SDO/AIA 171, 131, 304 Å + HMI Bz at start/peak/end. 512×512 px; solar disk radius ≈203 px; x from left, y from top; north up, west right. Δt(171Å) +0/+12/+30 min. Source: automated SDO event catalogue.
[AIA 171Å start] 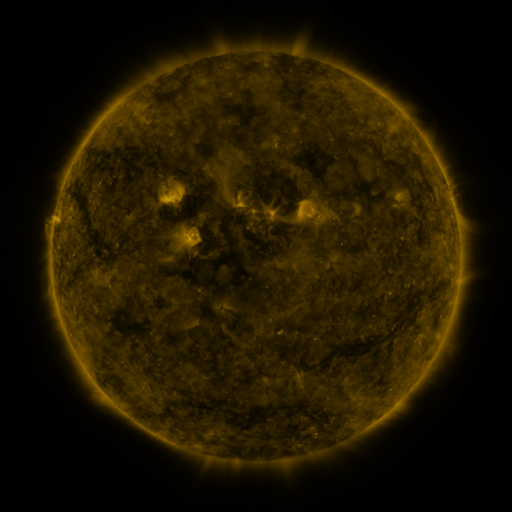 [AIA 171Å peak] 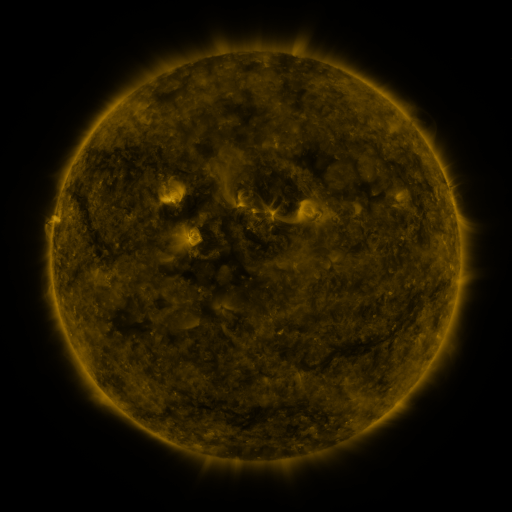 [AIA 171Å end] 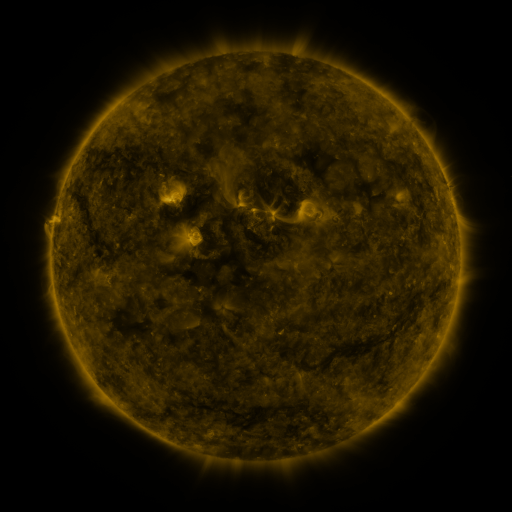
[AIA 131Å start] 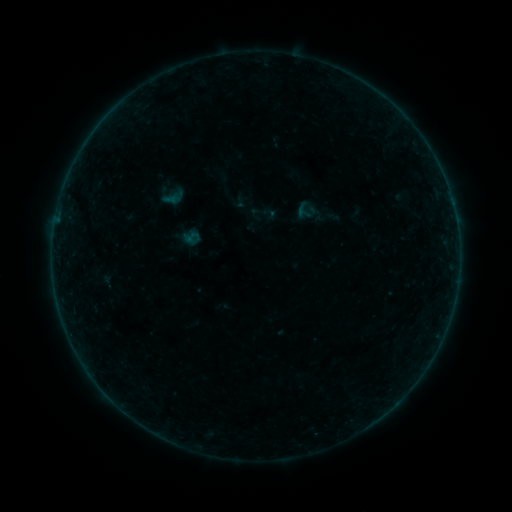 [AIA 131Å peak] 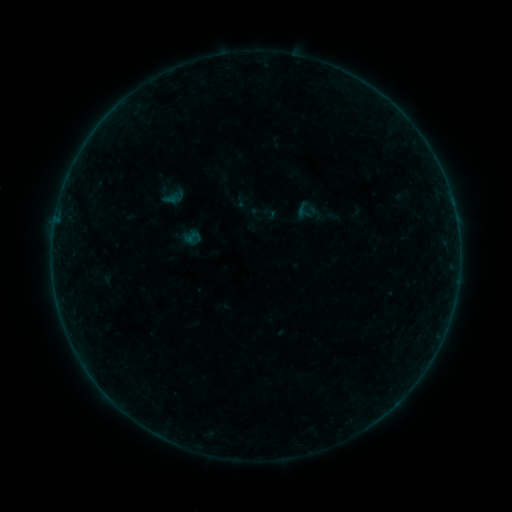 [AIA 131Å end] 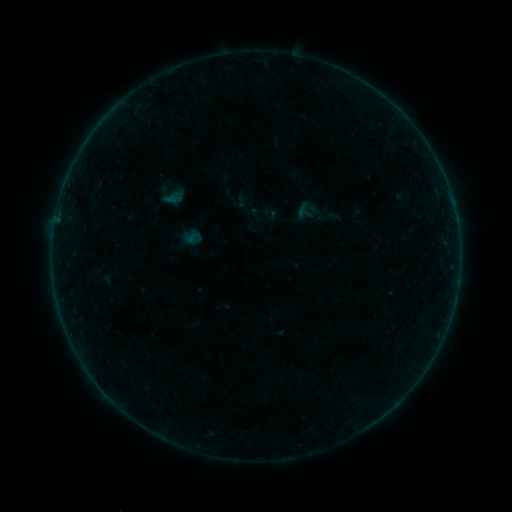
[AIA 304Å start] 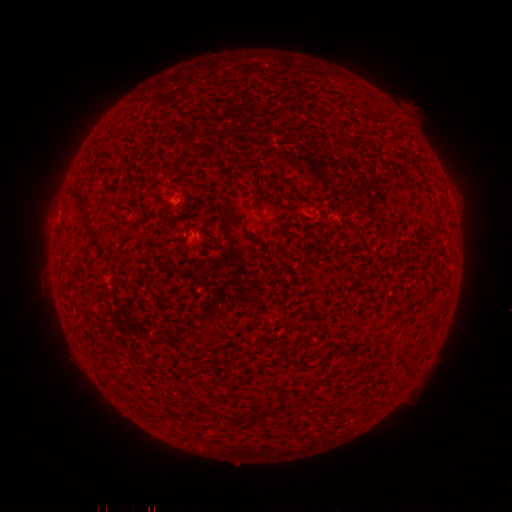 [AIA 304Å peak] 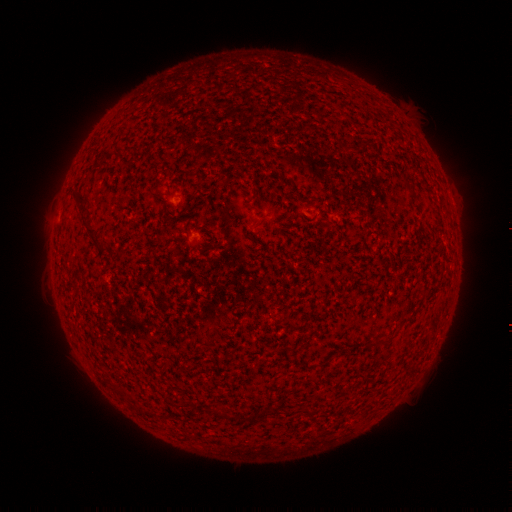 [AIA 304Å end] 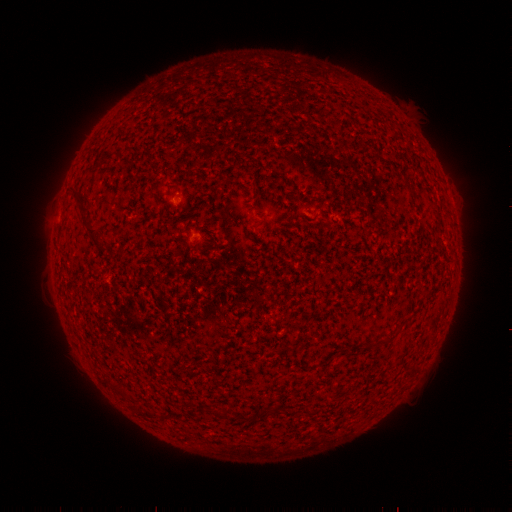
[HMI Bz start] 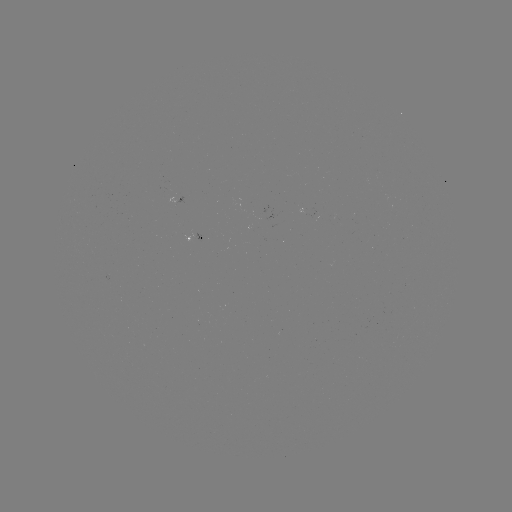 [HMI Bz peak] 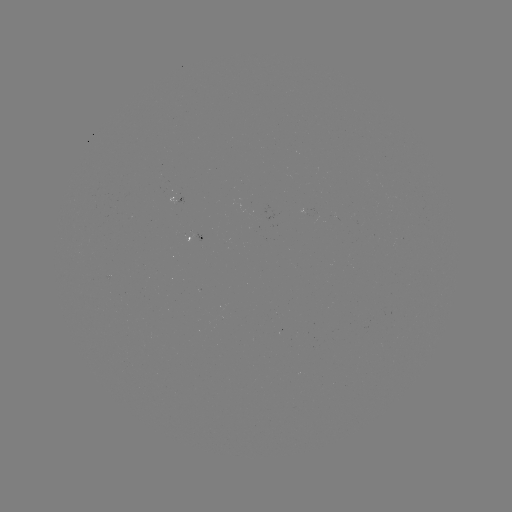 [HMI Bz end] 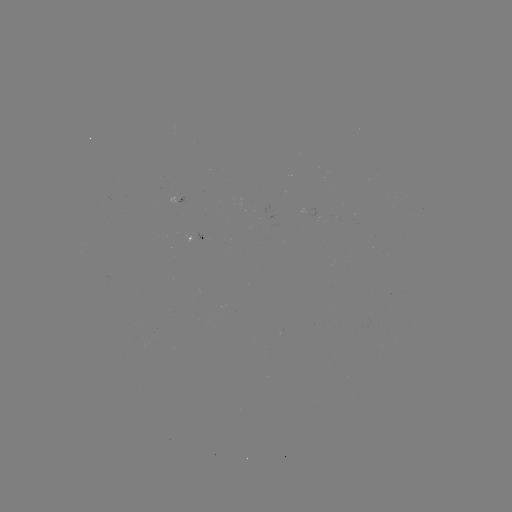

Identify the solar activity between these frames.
no classed flare was catalogued and no EUV brightening was flagged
